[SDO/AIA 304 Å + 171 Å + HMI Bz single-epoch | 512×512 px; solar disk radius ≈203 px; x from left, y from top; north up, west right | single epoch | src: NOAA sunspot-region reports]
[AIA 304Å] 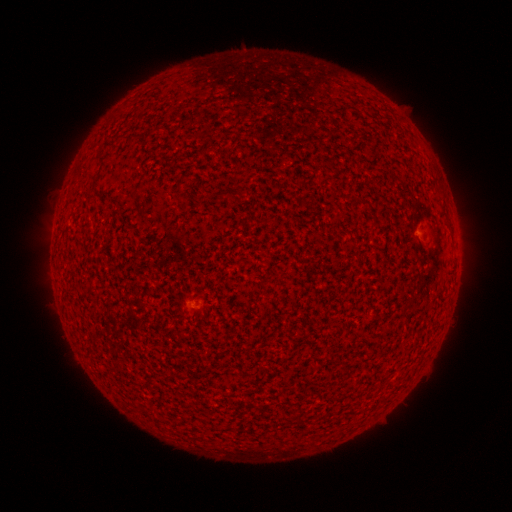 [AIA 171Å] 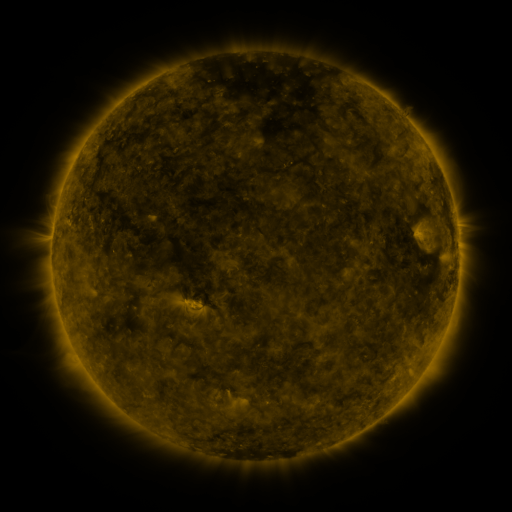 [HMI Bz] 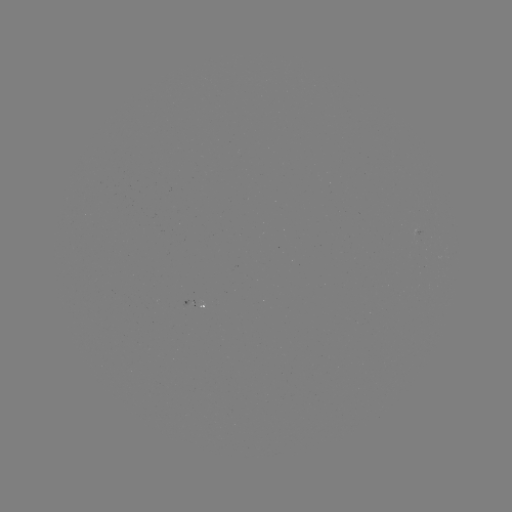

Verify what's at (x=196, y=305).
spotted active region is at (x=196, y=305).